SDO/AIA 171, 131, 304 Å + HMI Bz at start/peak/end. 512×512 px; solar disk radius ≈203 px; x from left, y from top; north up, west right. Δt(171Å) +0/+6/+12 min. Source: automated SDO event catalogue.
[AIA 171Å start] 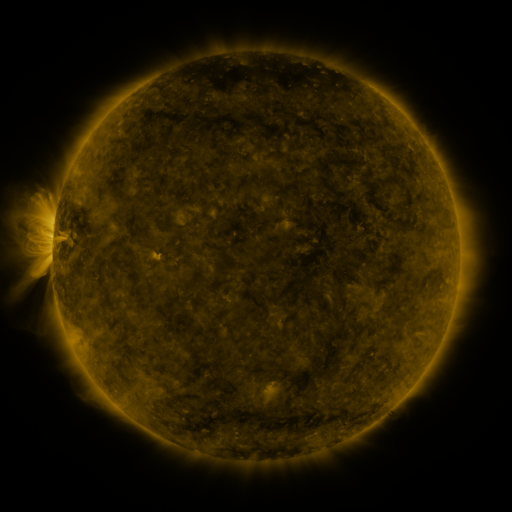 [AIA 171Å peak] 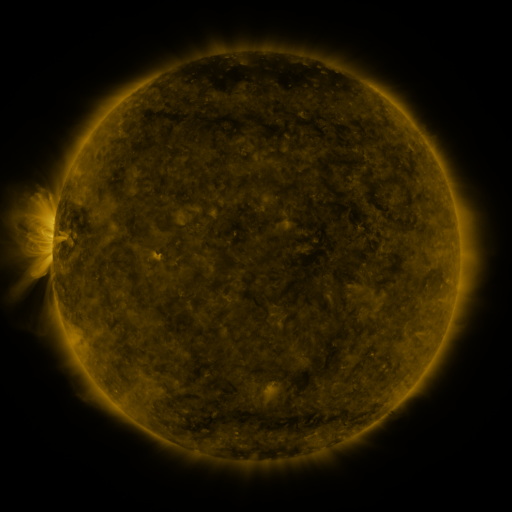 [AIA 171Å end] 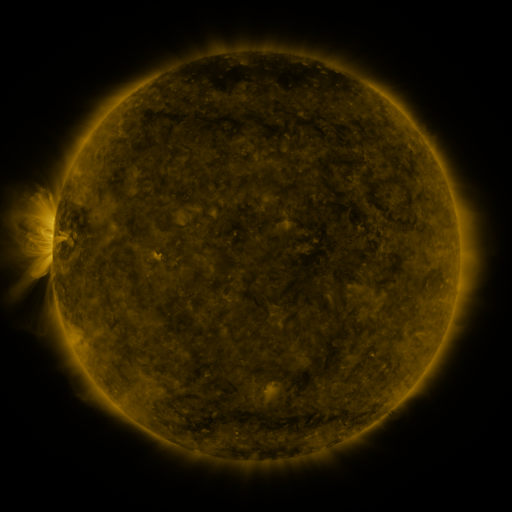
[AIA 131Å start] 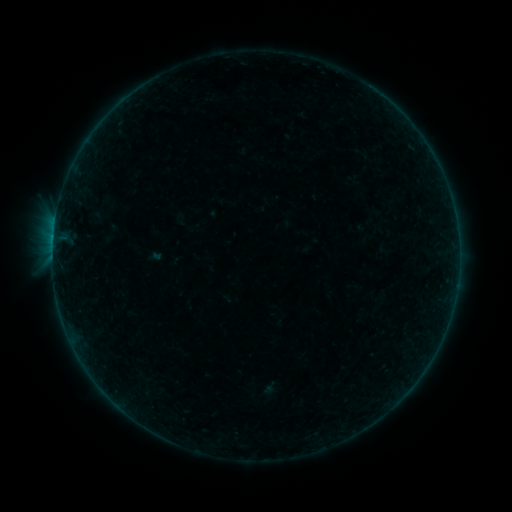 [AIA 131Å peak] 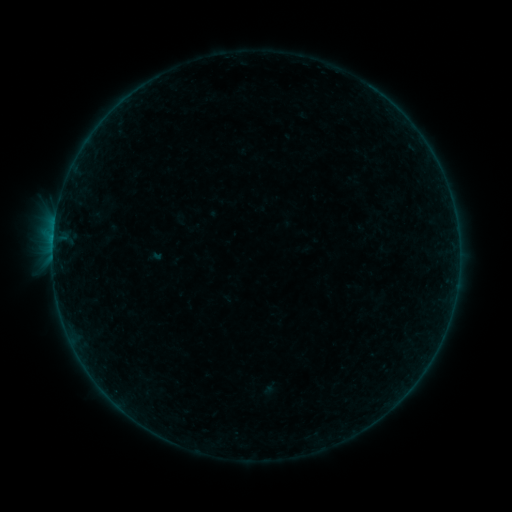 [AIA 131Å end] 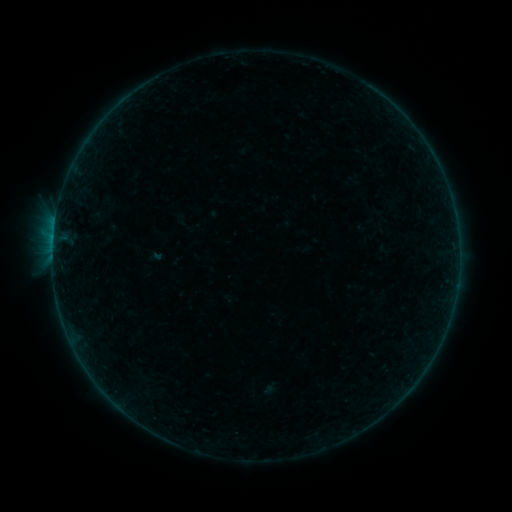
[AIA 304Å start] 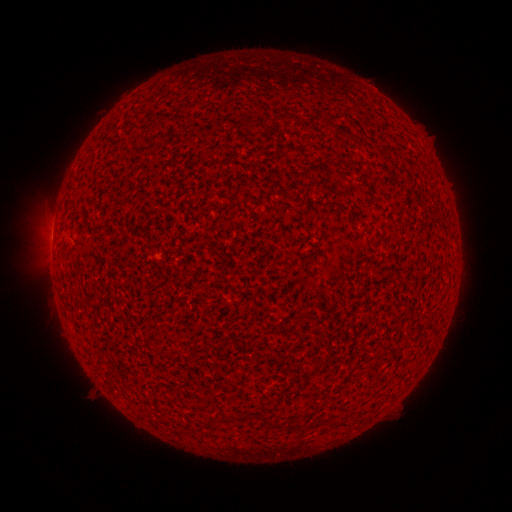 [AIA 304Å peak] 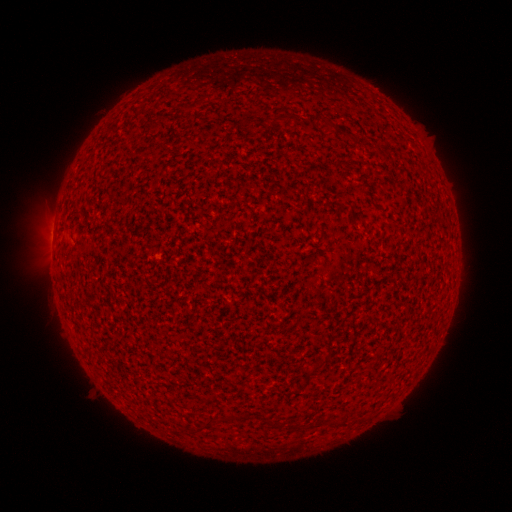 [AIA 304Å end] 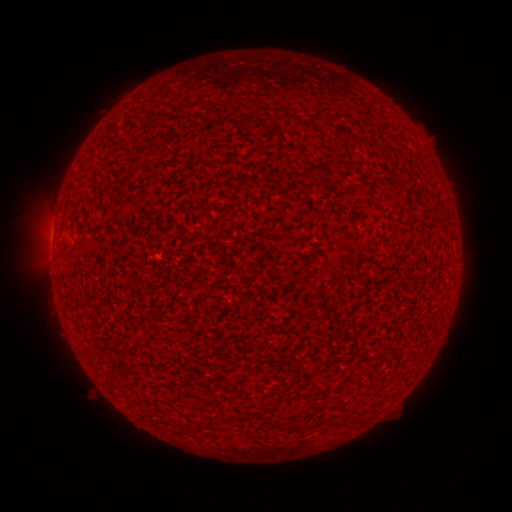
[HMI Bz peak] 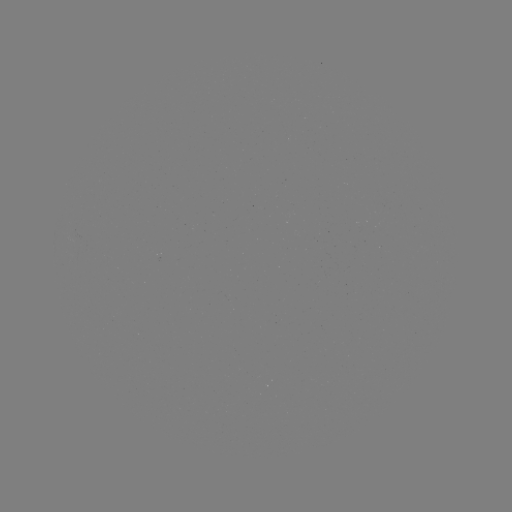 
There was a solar flare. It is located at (53, 242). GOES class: B1.0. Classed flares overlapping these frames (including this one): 1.